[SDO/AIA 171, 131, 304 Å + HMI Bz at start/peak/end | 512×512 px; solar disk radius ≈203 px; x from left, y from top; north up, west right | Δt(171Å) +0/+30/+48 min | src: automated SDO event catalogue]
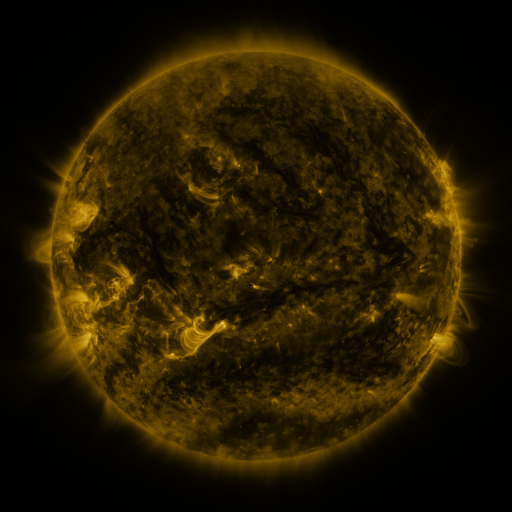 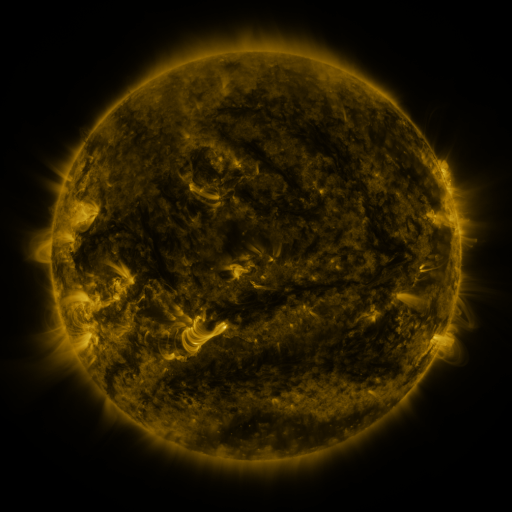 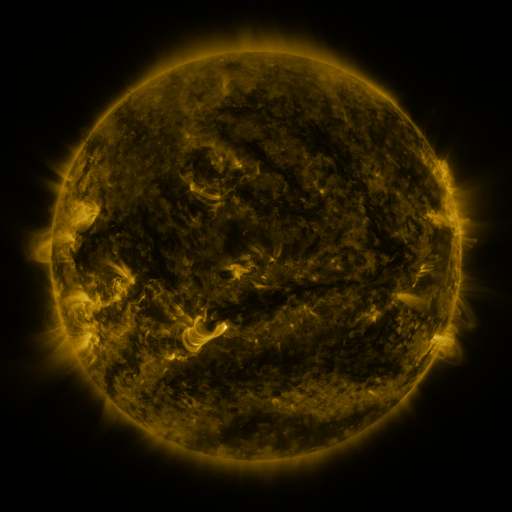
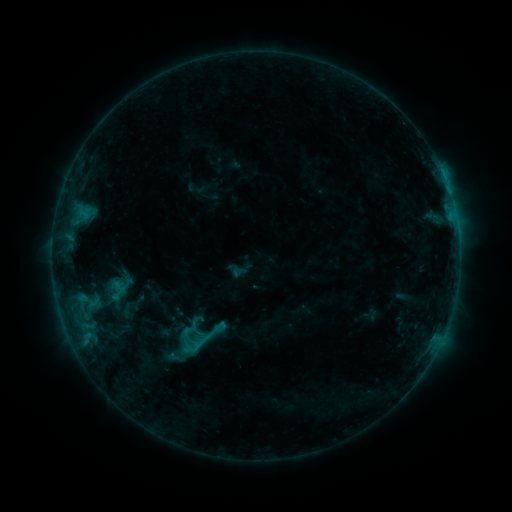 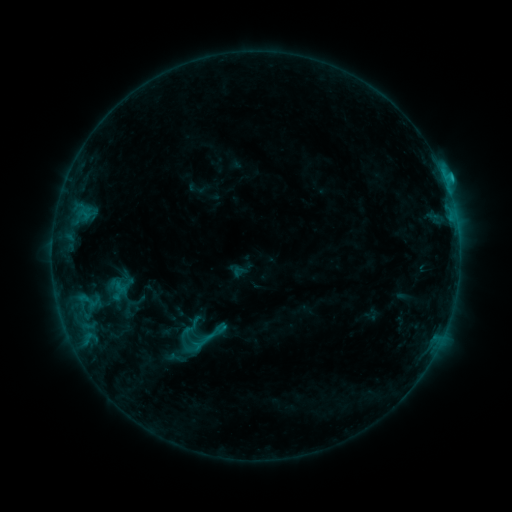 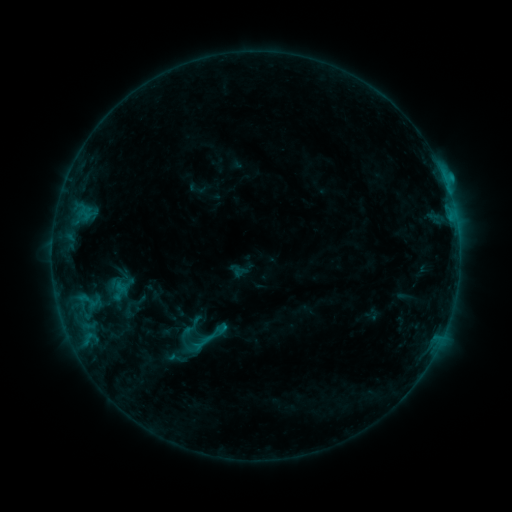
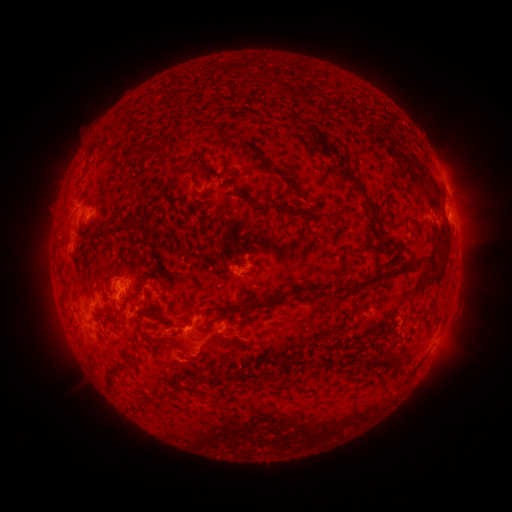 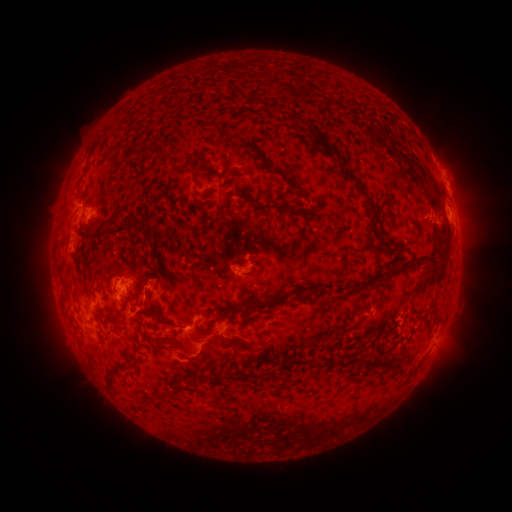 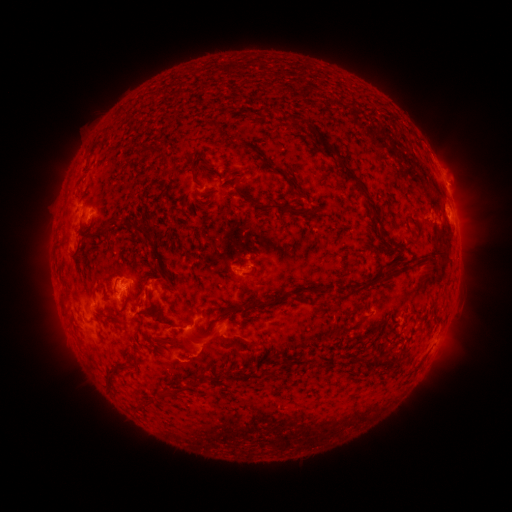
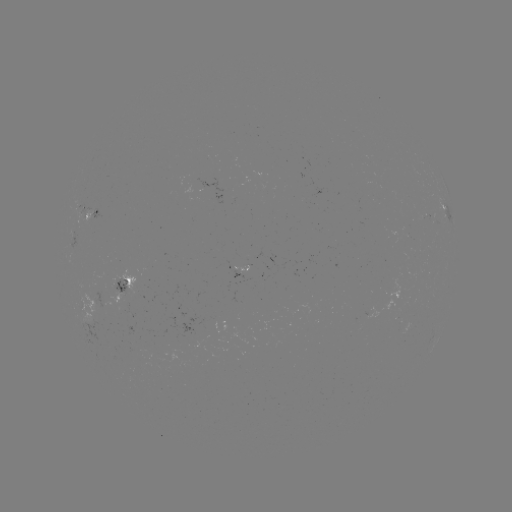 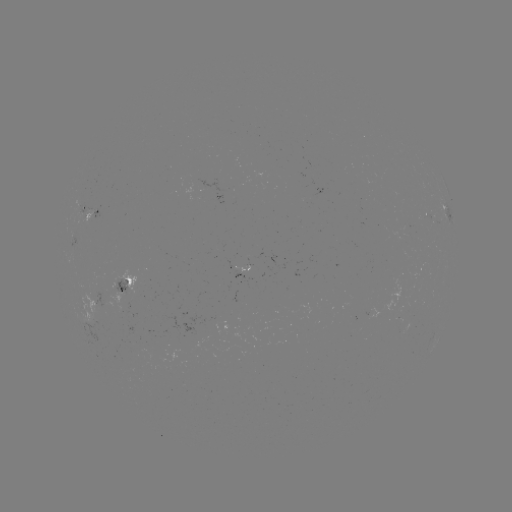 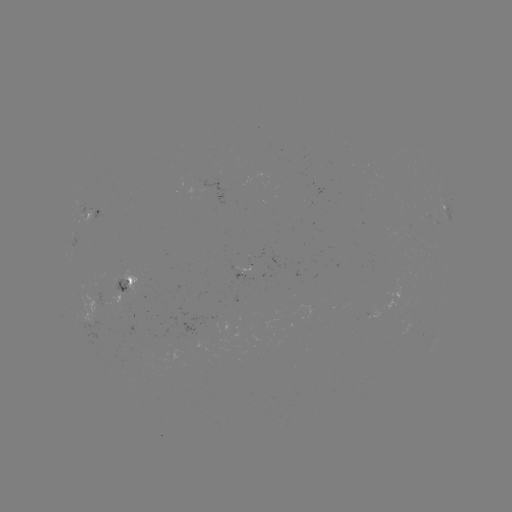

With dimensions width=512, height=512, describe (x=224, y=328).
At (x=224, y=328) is C1.9 flare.